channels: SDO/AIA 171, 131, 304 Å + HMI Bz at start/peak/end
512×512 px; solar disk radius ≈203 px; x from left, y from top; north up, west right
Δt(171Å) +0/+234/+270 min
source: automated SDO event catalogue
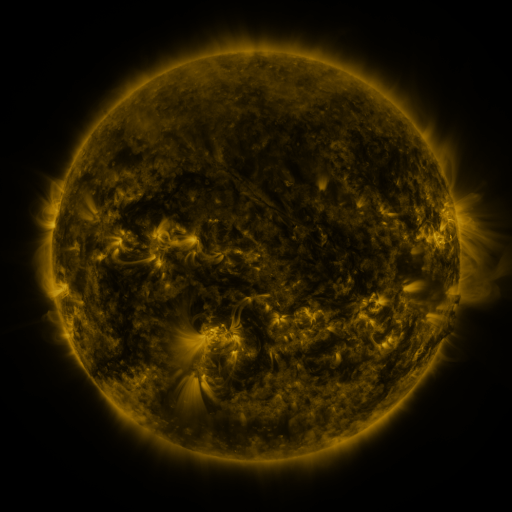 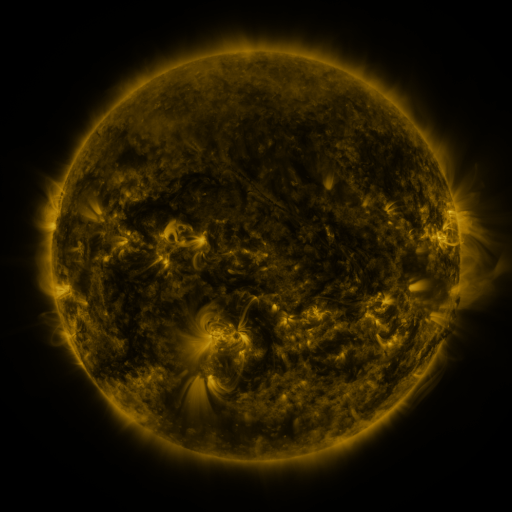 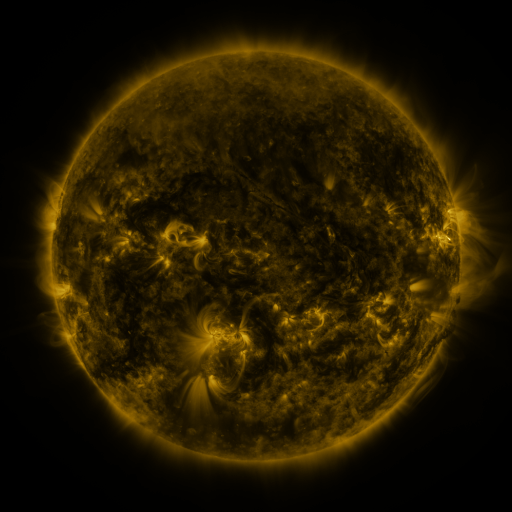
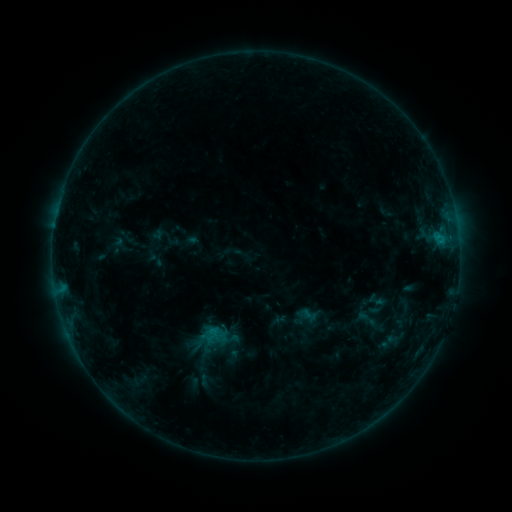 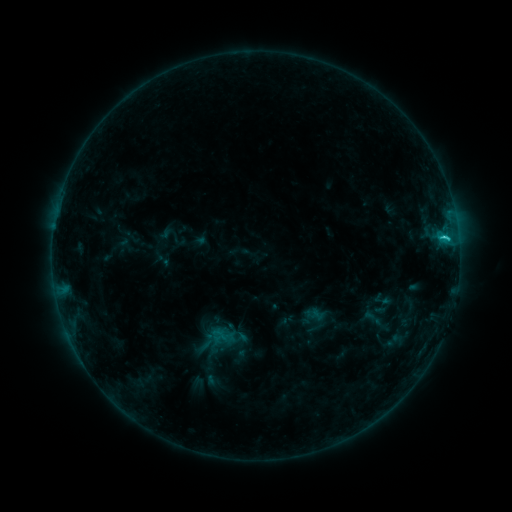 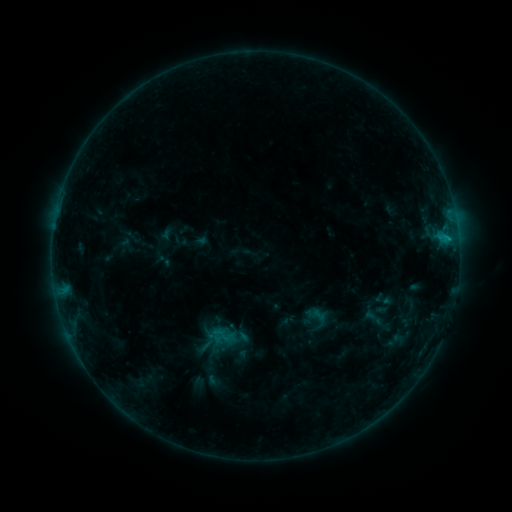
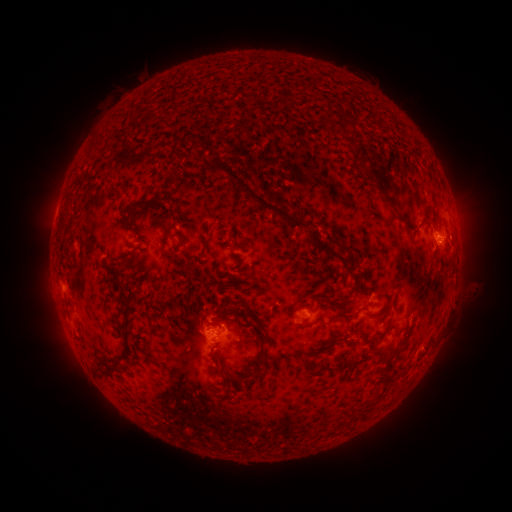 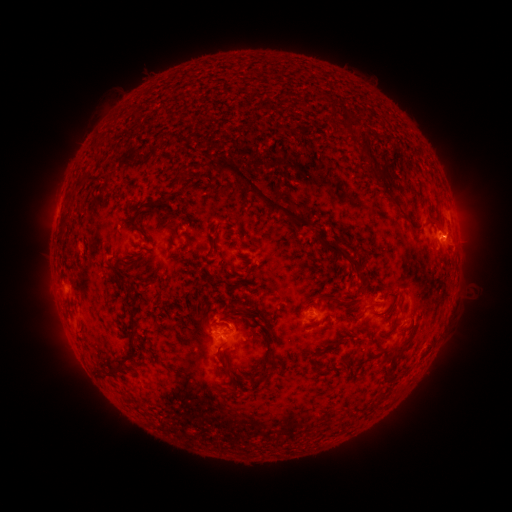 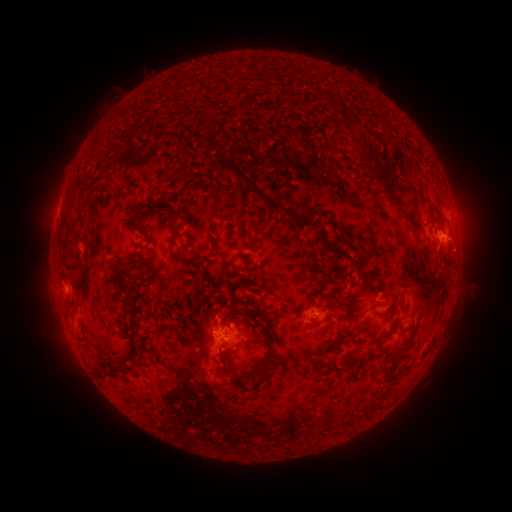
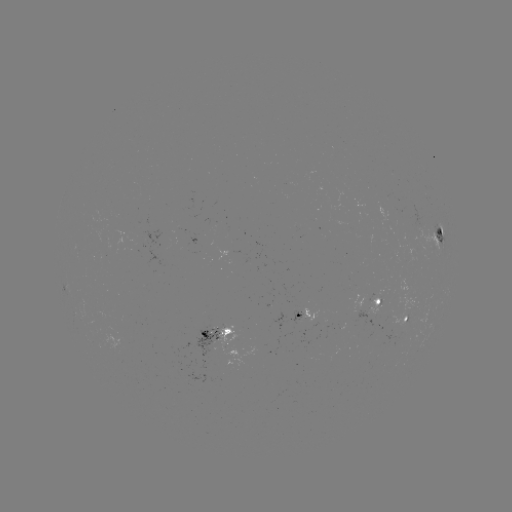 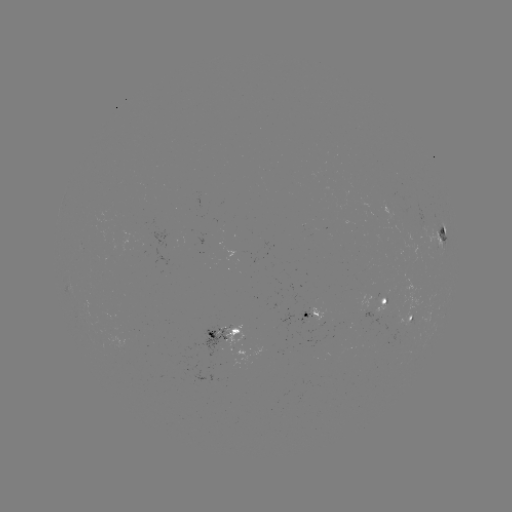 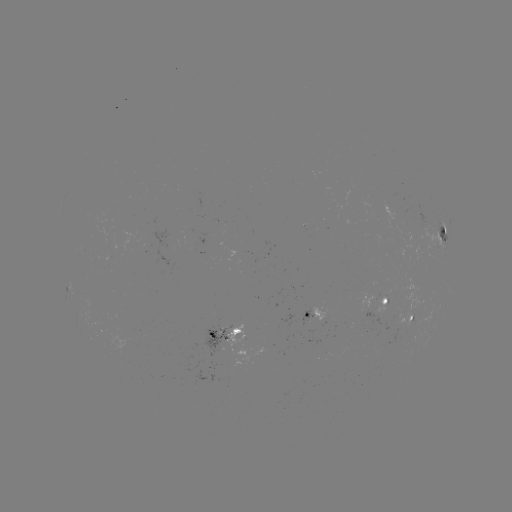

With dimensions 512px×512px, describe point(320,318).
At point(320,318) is emerging-flux region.